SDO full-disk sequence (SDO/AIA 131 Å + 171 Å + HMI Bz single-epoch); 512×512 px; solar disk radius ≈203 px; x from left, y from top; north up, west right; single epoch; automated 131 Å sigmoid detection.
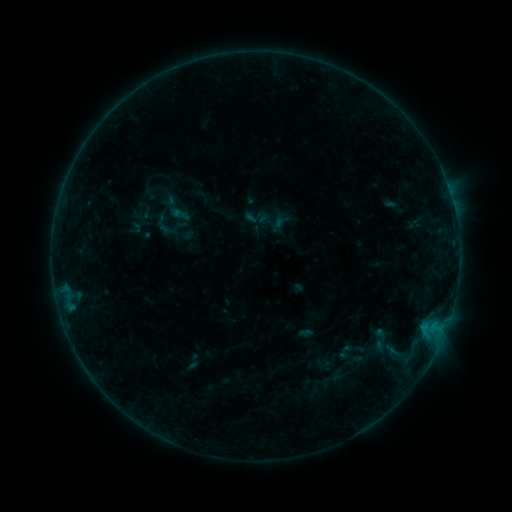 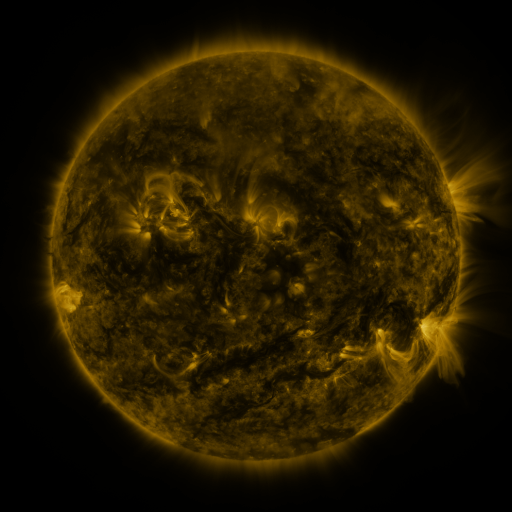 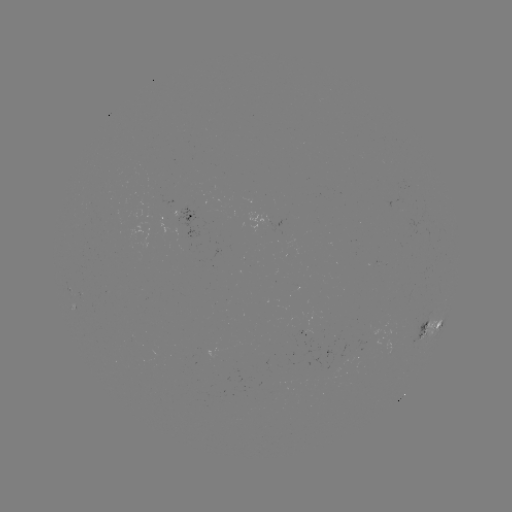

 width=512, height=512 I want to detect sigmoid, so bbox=[170, 204, 190, 225].